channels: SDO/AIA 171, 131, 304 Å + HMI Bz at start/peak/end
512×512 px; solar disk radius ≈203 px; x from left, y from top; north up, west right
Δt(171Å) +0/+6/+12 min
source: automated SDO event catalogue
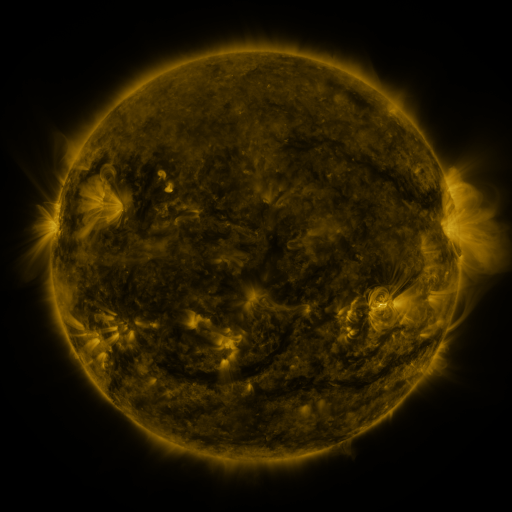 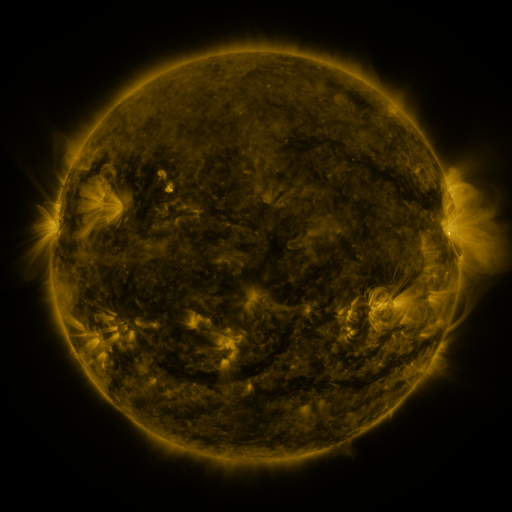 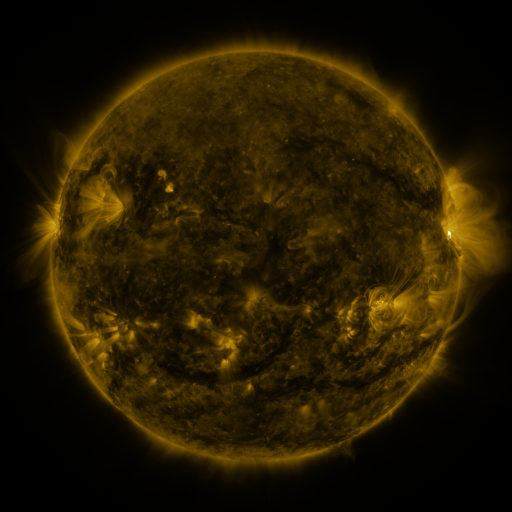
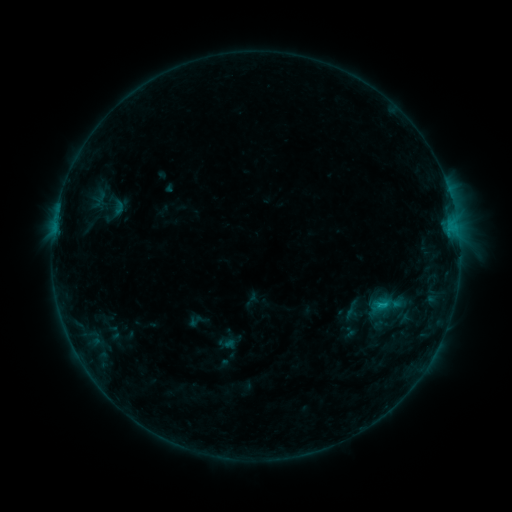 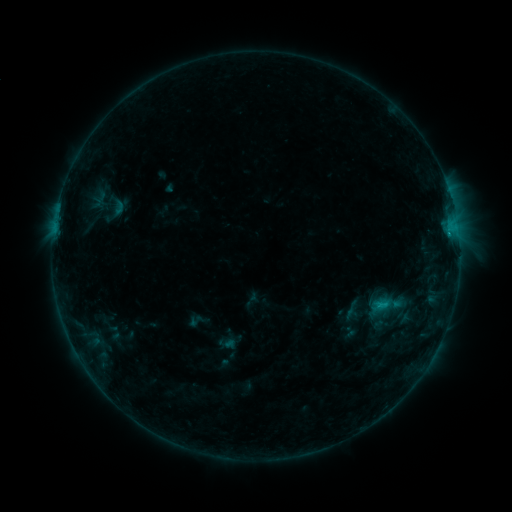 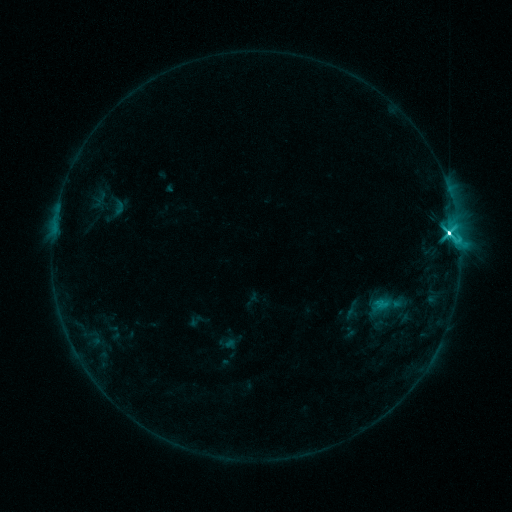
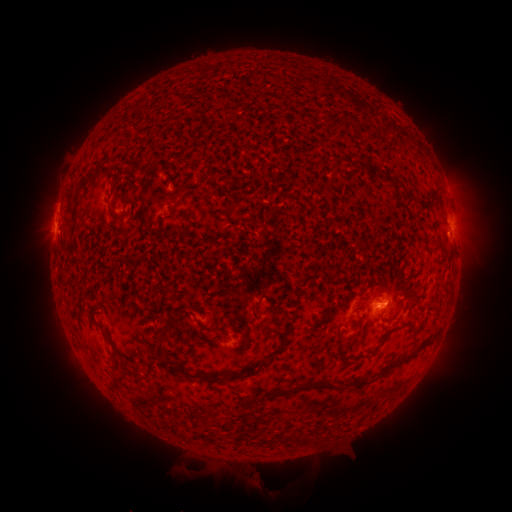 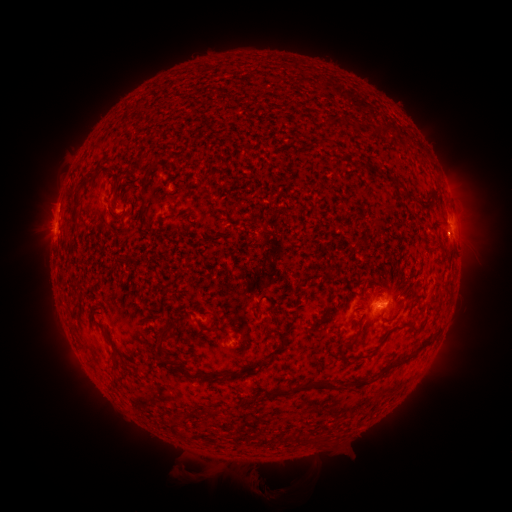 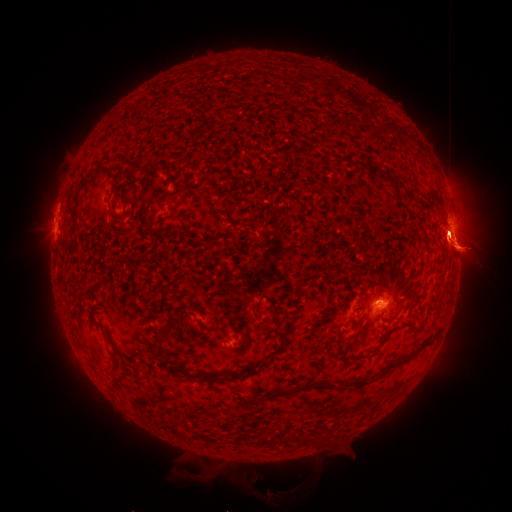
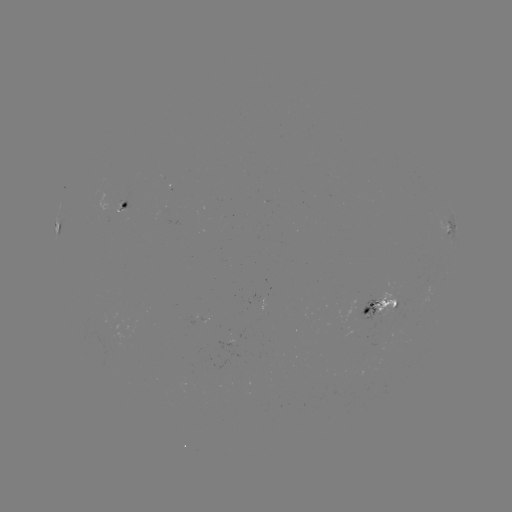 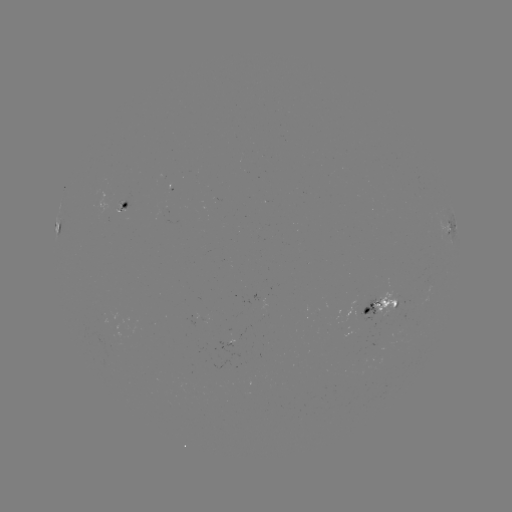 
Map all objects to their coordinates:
M1.6 flare: (448, 236)
